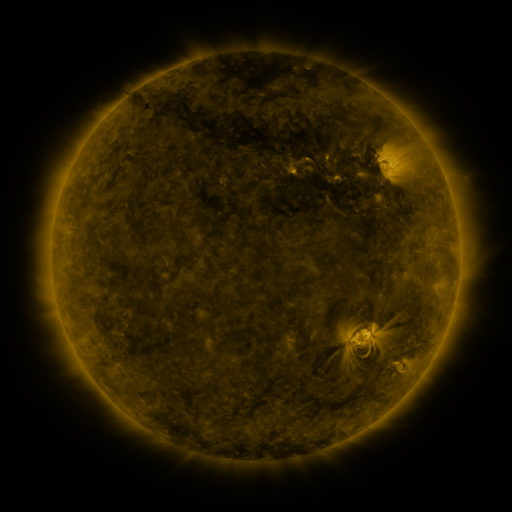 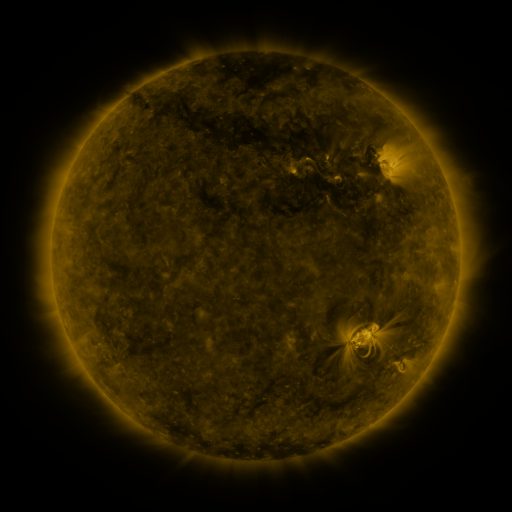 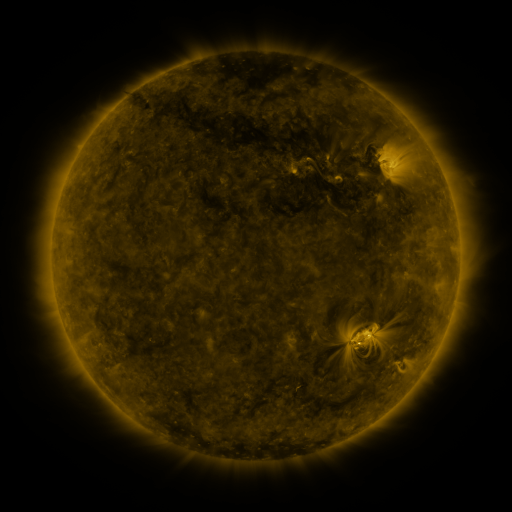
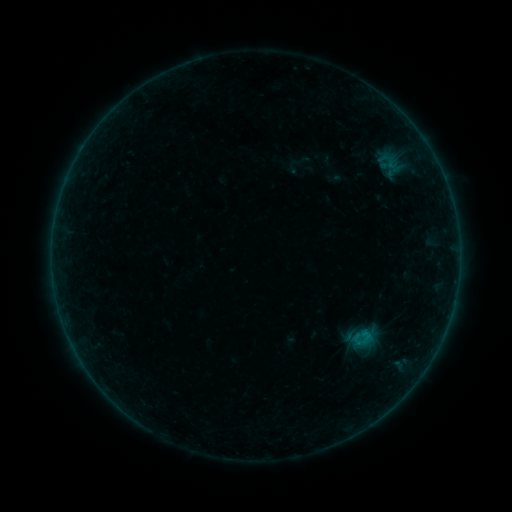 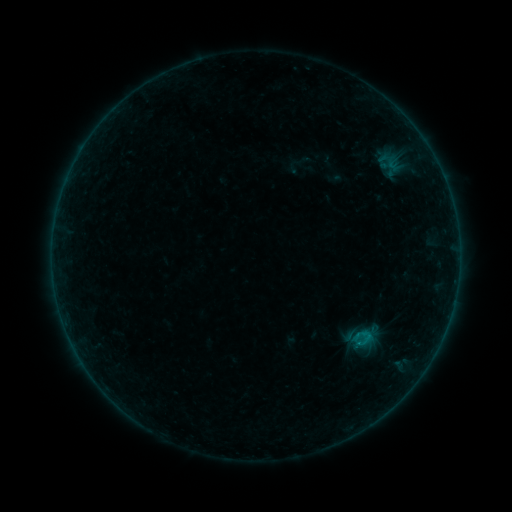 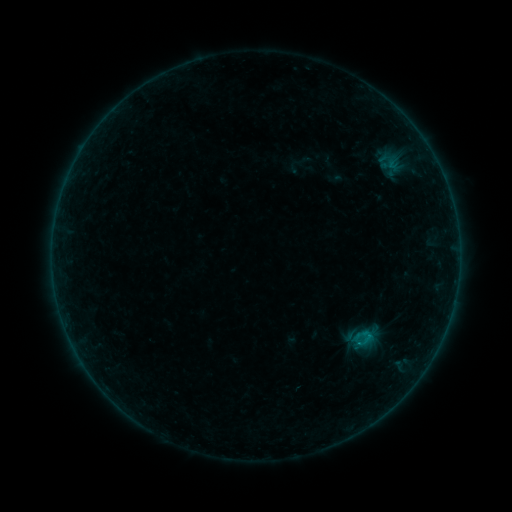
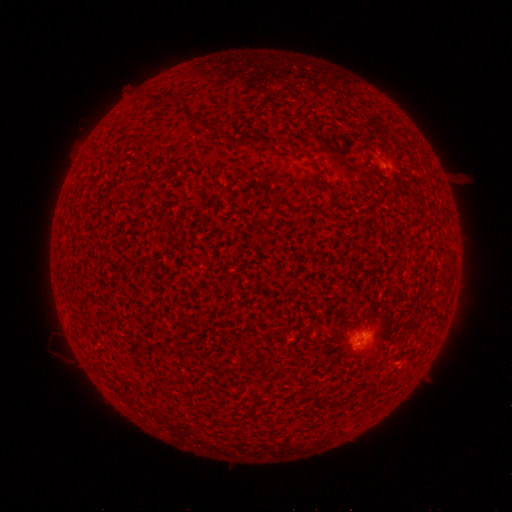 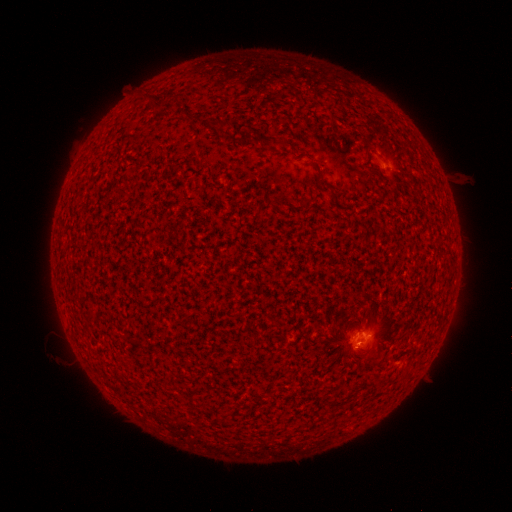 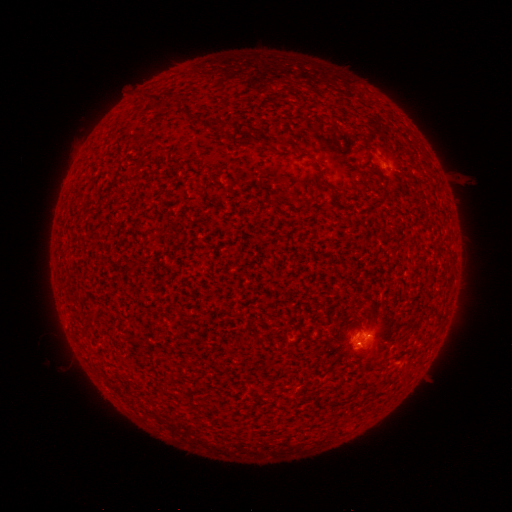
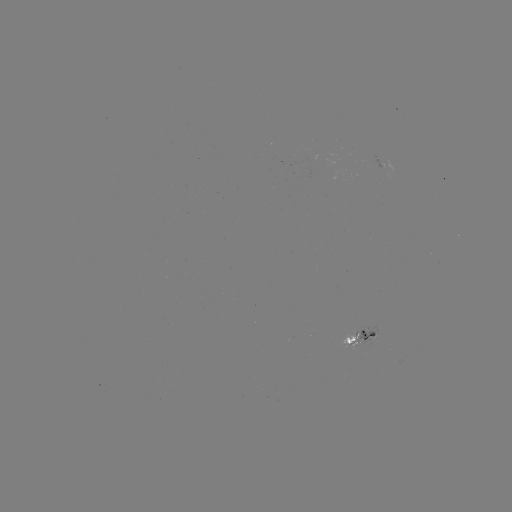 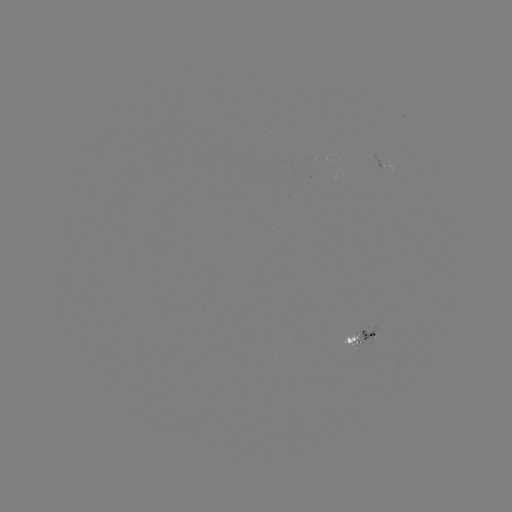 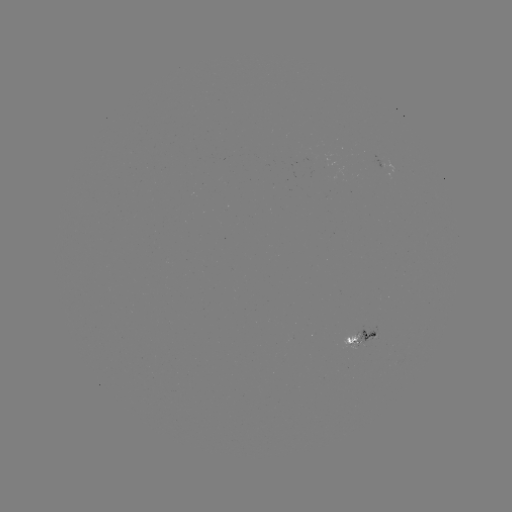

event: flare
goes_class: B3.7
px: (359, 341)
